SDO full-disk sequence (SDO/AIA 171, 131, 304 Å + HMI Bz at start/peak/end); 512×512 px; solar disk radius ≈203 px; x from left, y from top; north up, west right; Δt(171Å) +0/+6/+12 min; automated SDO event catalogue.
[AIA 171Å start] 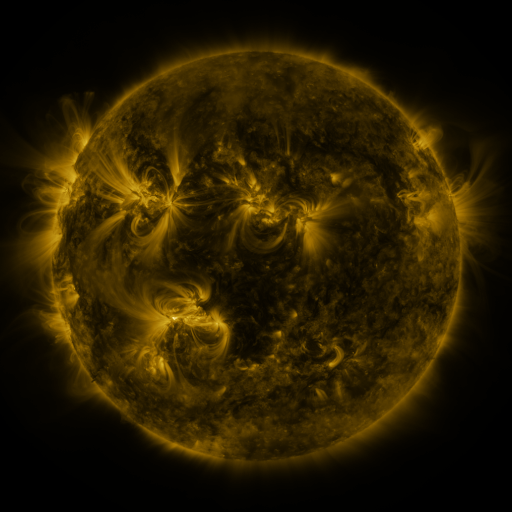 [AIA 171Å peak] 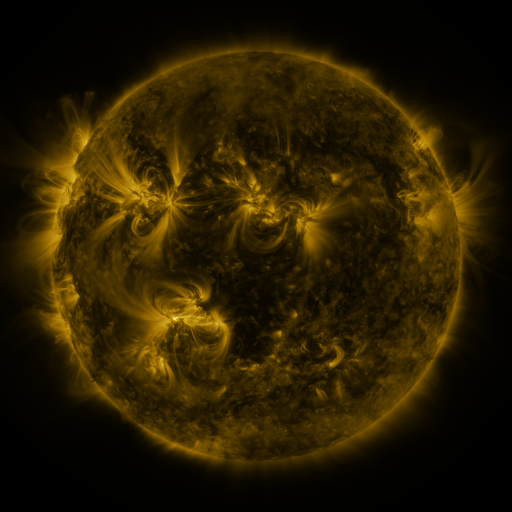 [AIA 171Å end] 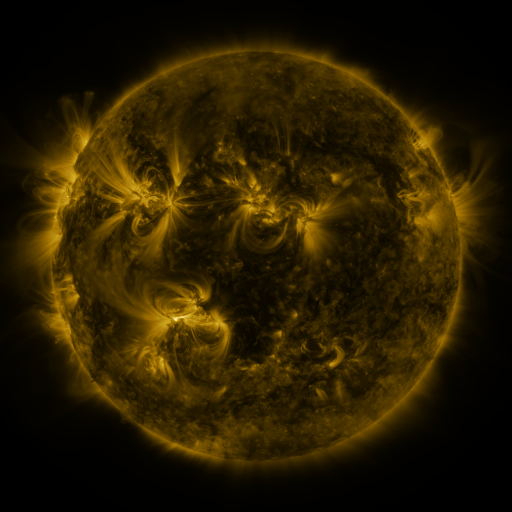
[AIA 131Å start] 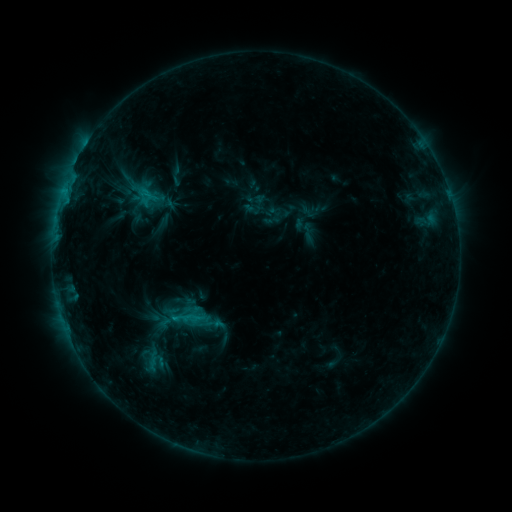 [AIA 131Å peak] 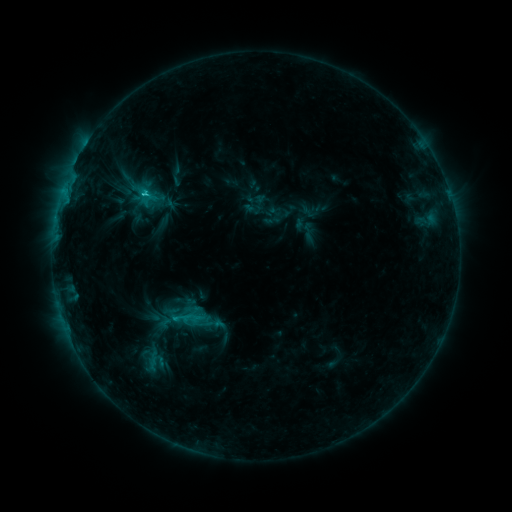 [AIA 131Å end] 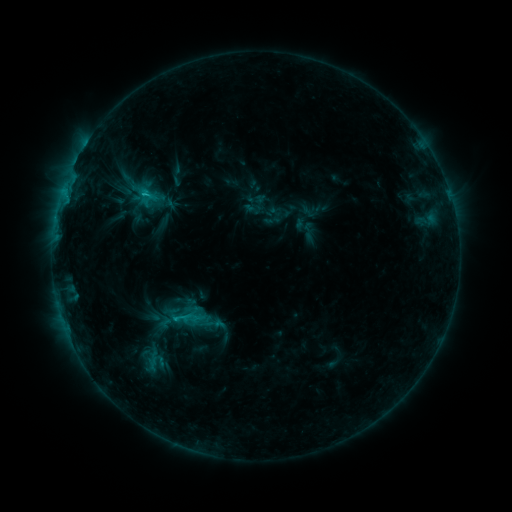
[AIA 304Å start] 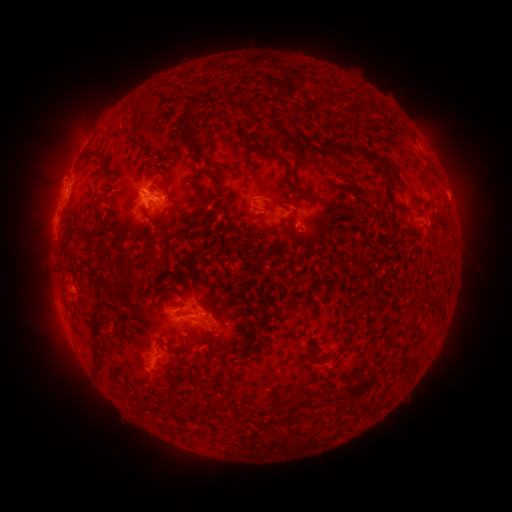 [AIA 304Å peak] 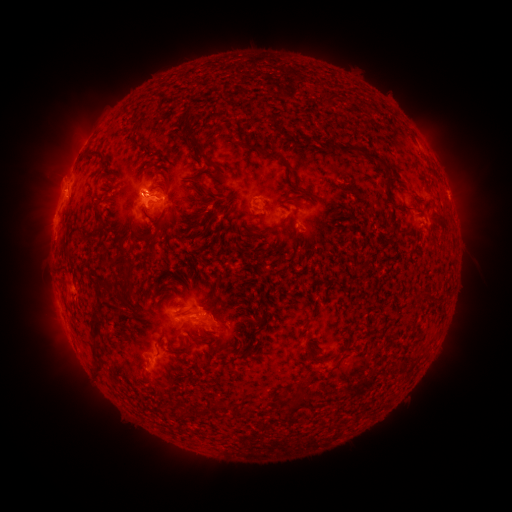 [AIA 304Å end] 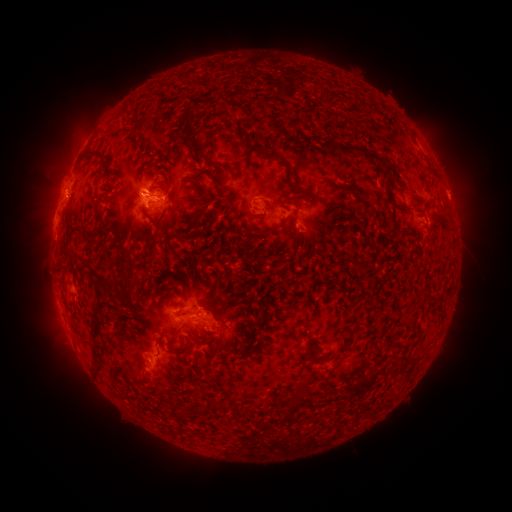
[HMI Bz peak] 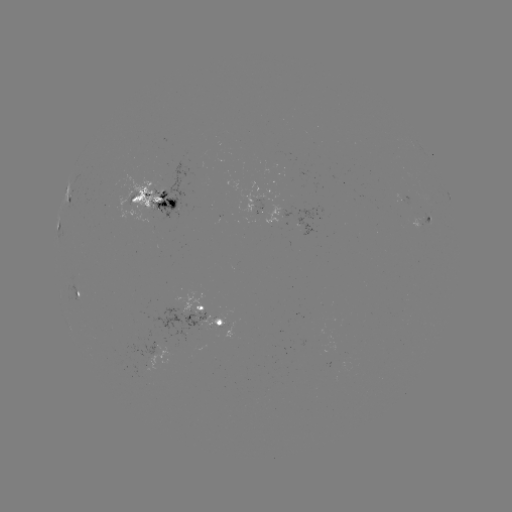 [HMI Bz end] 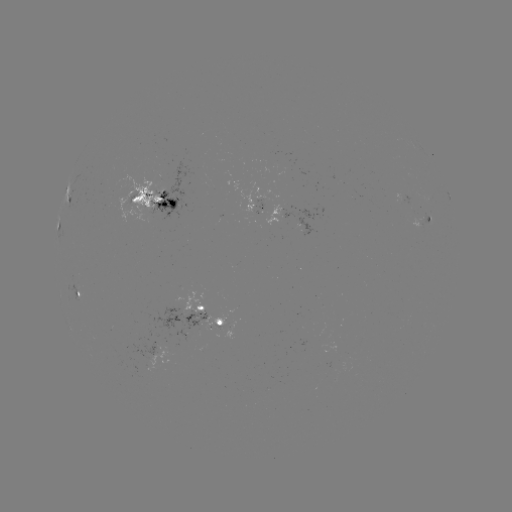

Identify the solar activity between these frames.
C1.5 flare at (146, 197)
